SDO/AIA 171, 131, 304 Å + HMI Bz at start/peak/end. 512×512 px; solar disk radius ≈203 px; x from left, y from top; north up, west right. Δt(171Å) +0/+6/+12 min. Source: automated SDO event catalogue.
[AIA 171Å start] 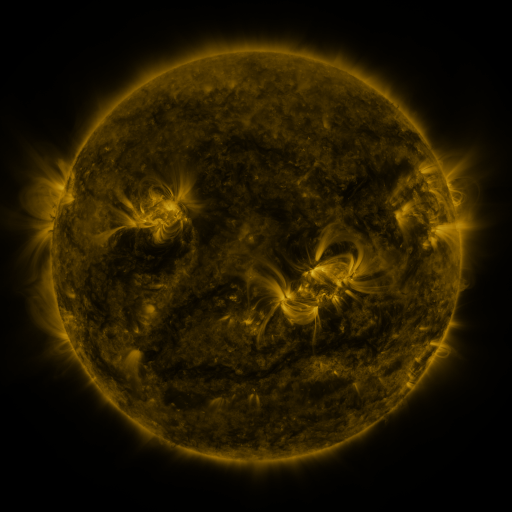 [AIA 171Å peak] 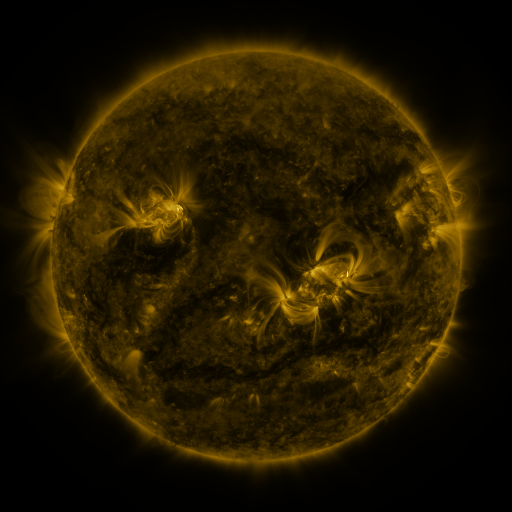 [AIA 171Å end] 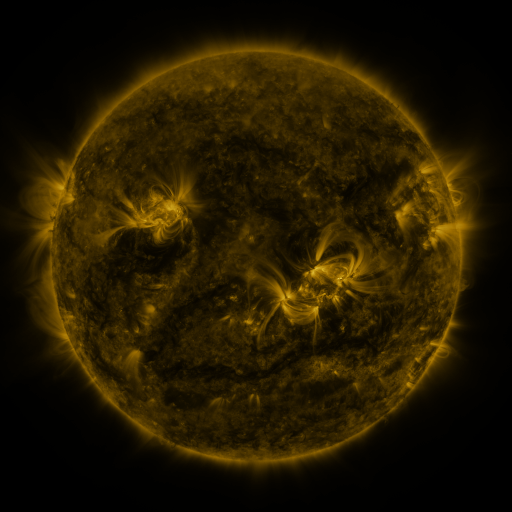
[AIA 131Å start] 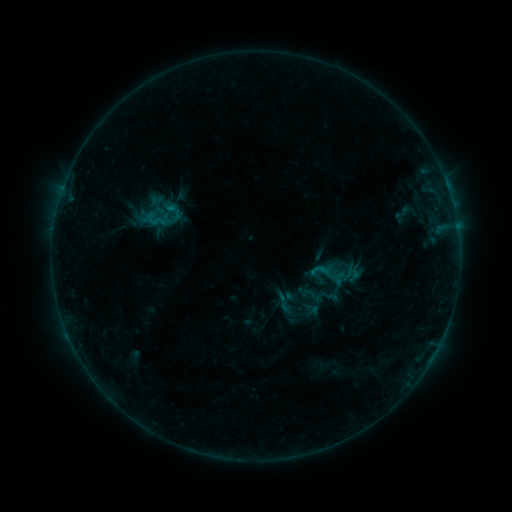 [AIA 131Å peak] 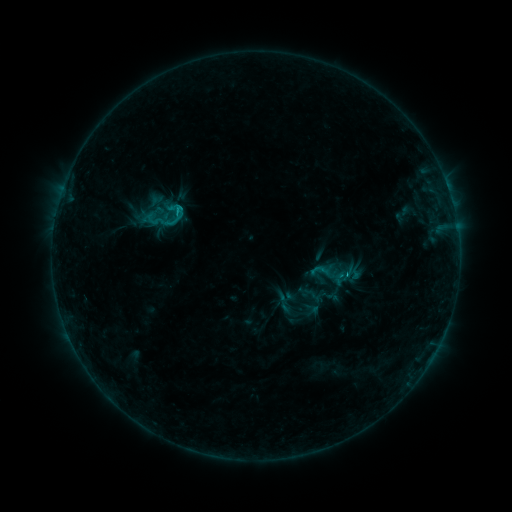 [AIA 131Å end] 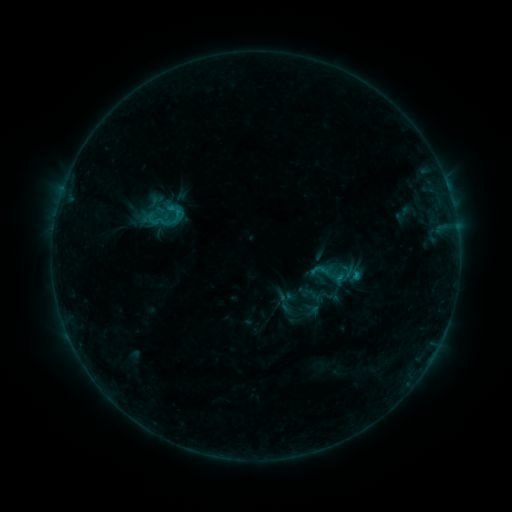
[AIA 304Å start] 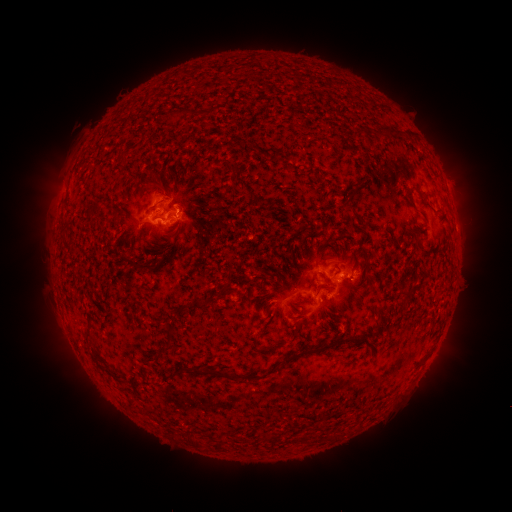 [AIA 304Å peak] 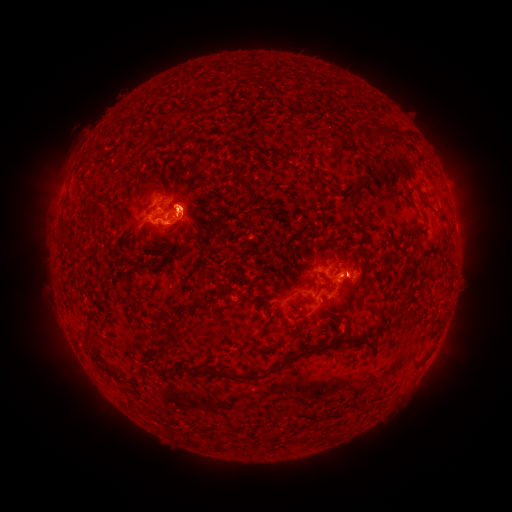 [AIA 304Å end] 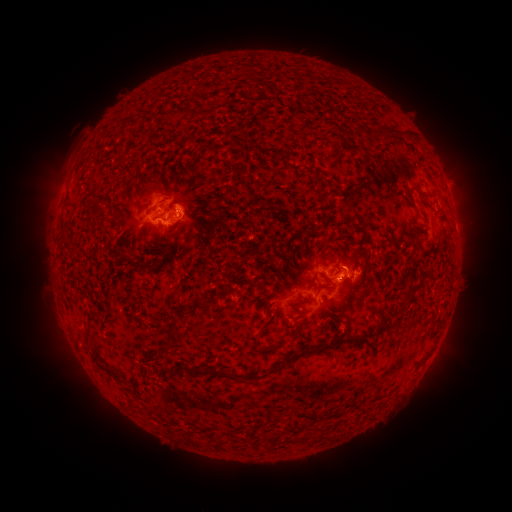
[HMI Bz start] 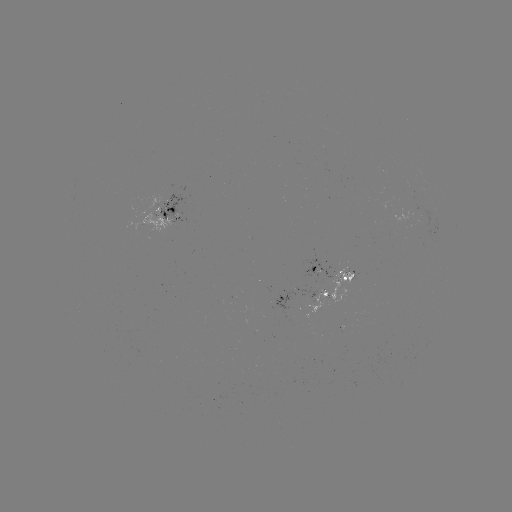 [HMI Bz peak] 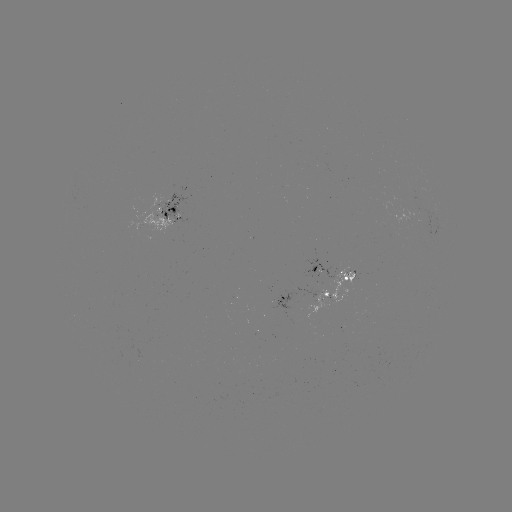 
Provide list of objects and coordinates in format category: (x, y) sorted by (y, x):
B8.4 flare: (180, 210)
